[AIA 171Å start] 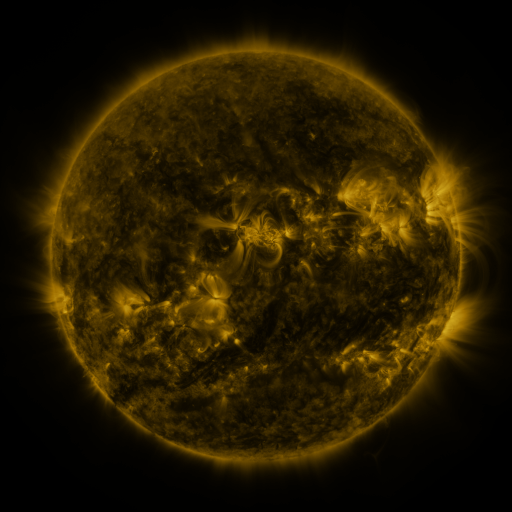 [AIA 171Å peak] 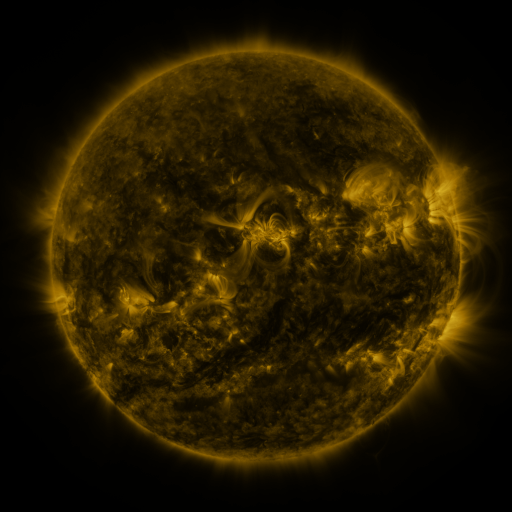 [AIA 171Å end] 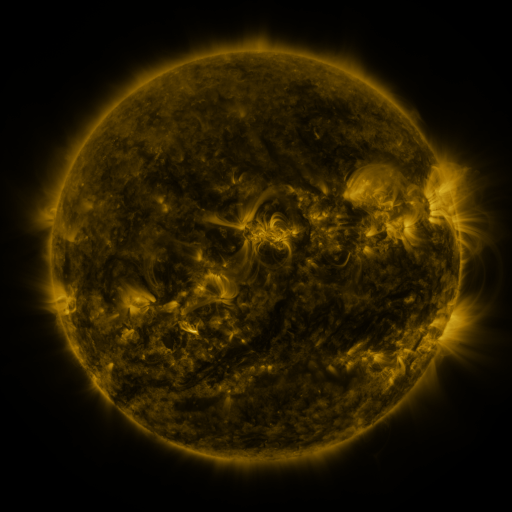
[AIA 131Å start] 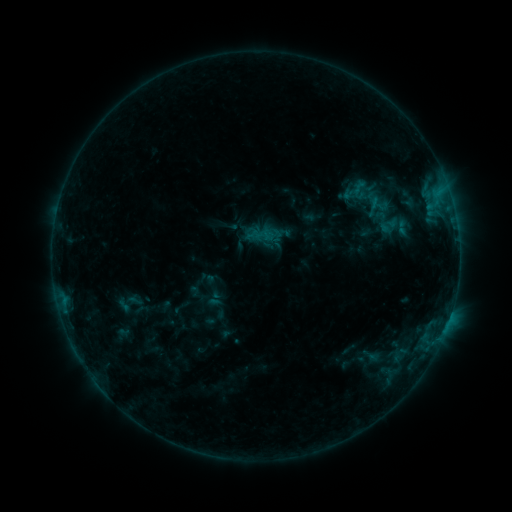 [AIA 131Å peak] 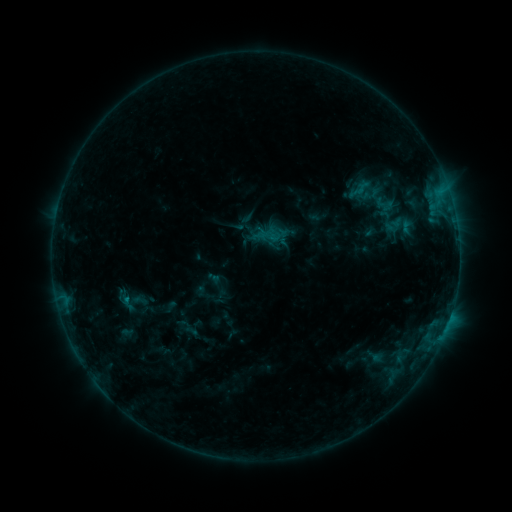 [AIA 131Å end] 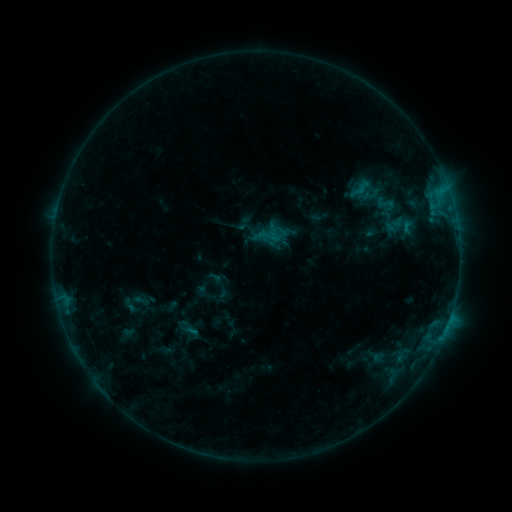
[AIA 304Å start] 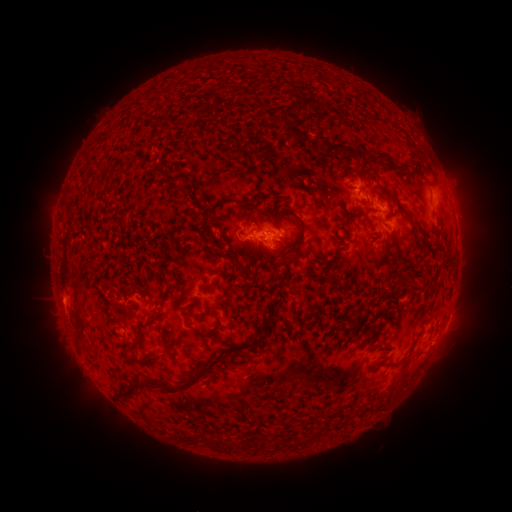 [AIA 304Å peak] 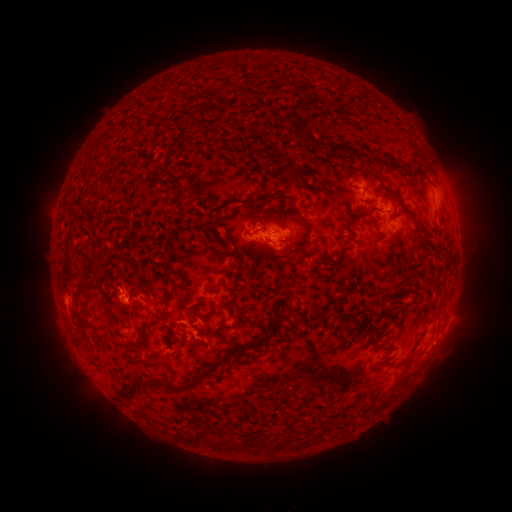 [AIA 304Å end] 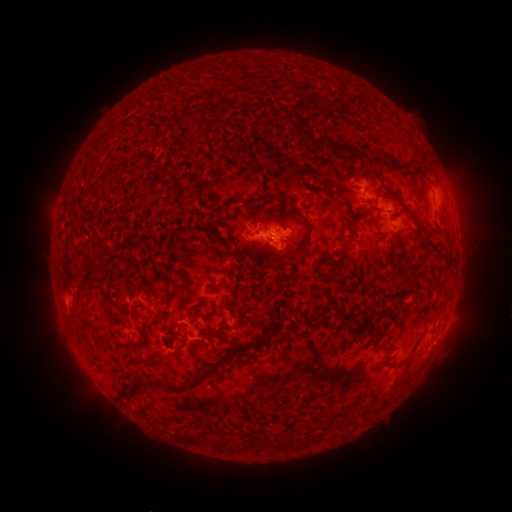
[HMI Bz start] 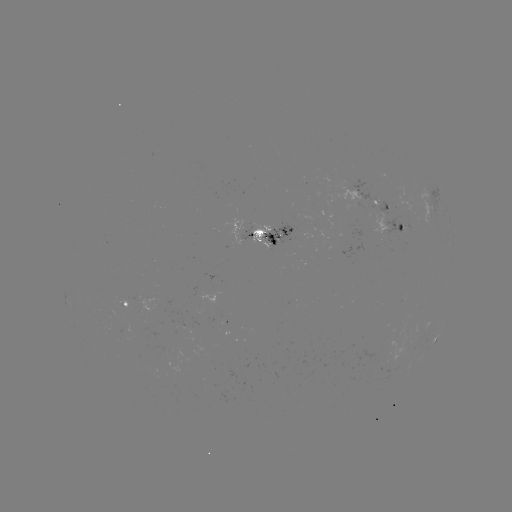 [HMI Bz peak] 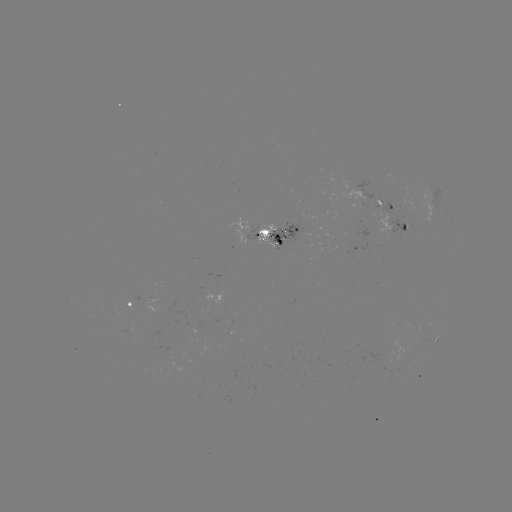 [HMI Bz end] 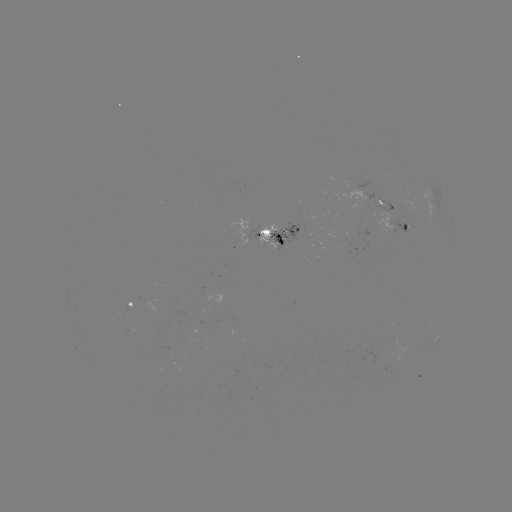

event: emerging-flux region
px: (281, 232)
